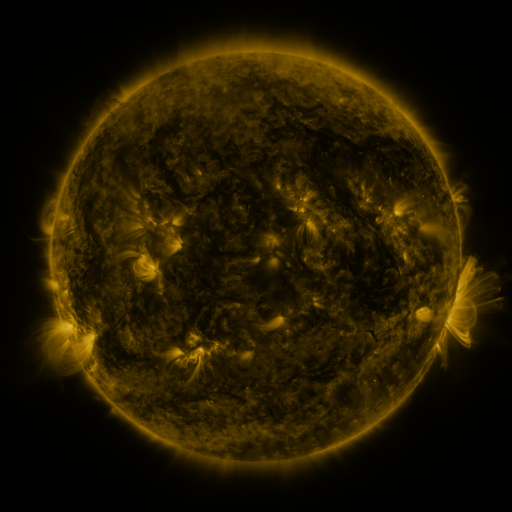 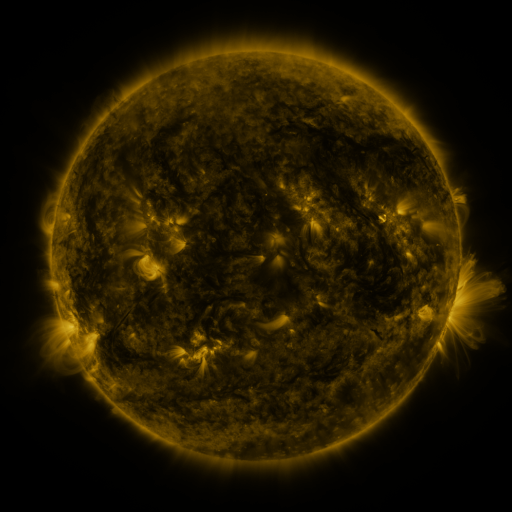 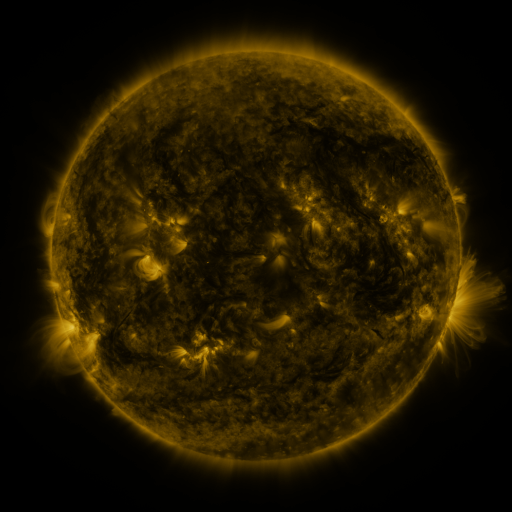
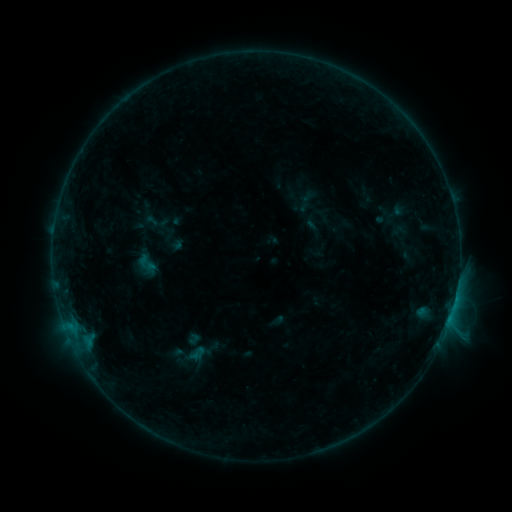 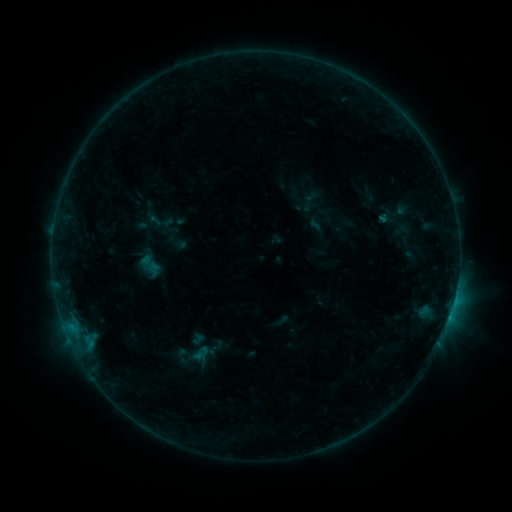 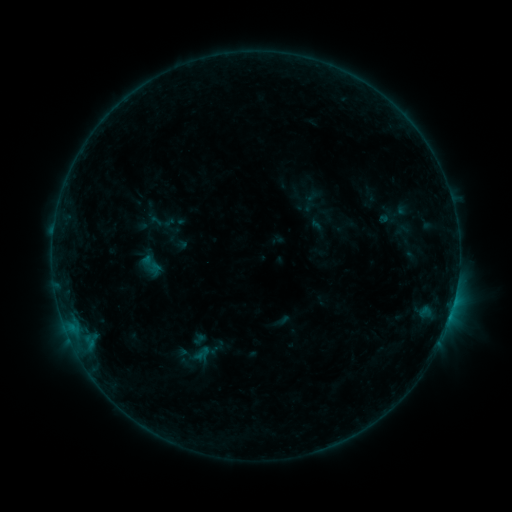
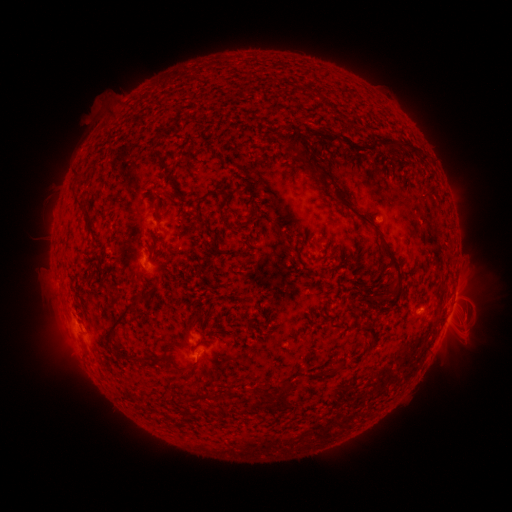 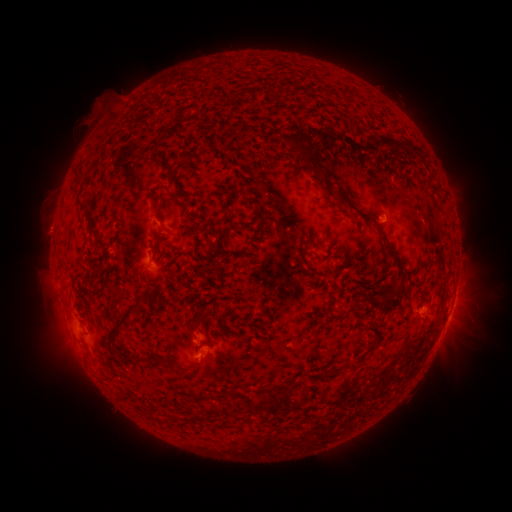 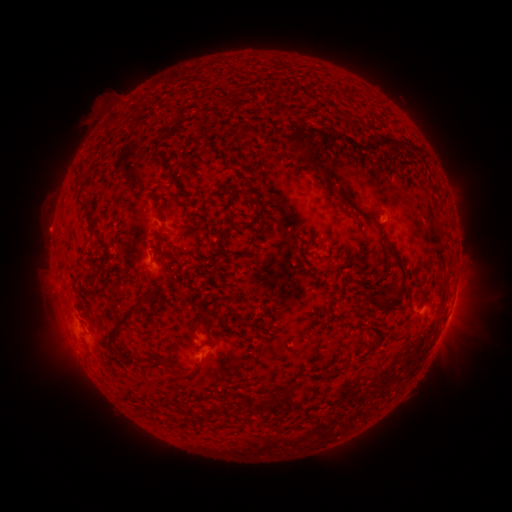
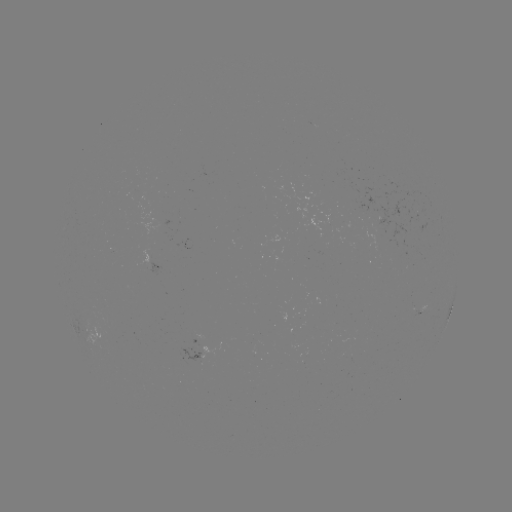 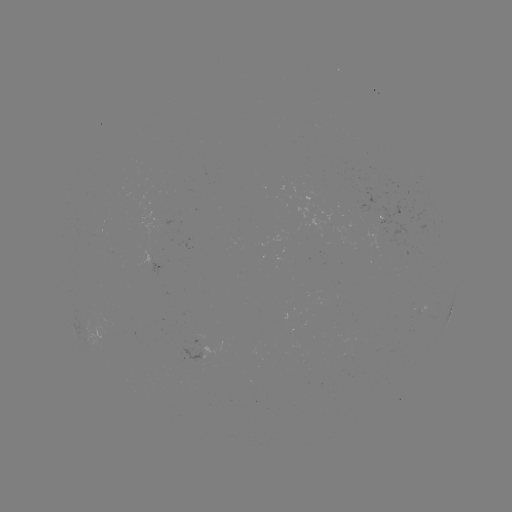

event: emerging-flux region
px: (313, 125)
